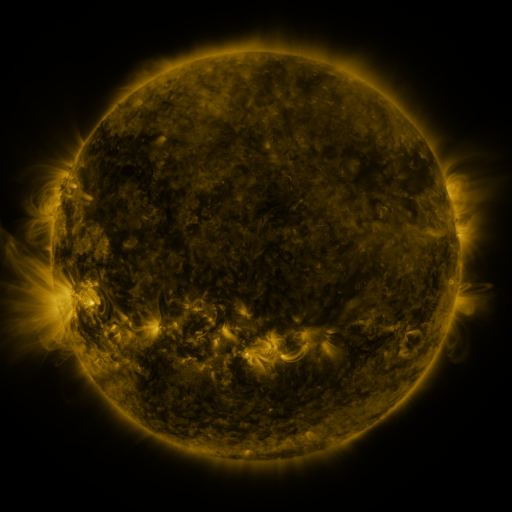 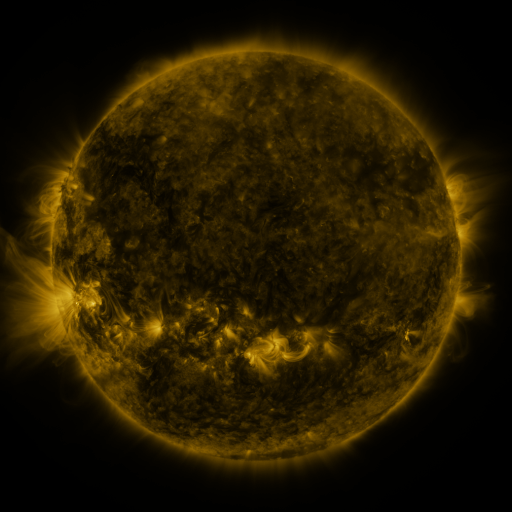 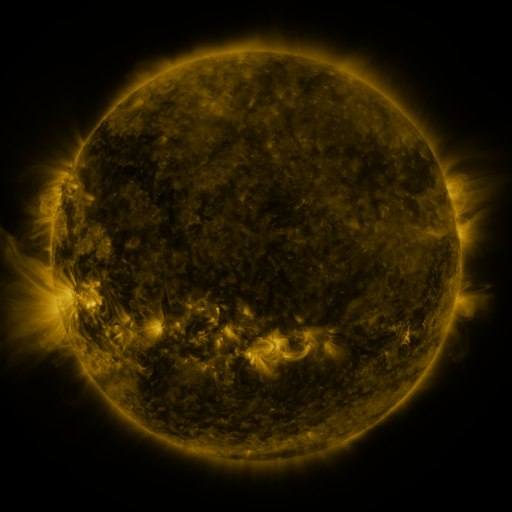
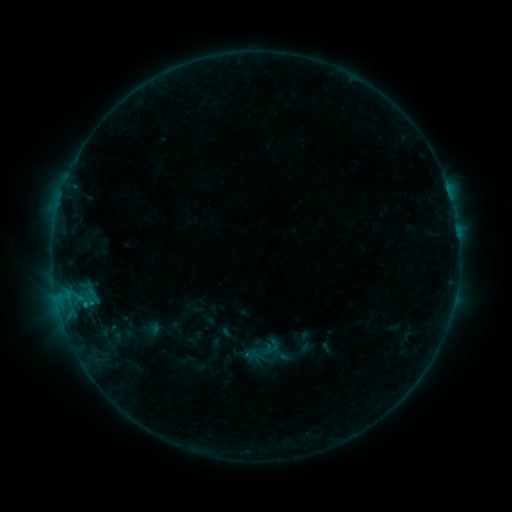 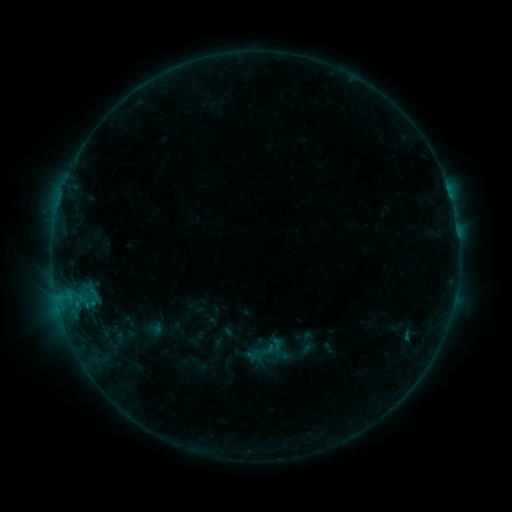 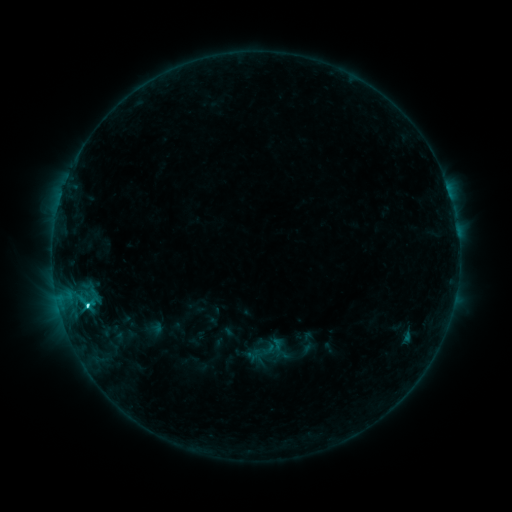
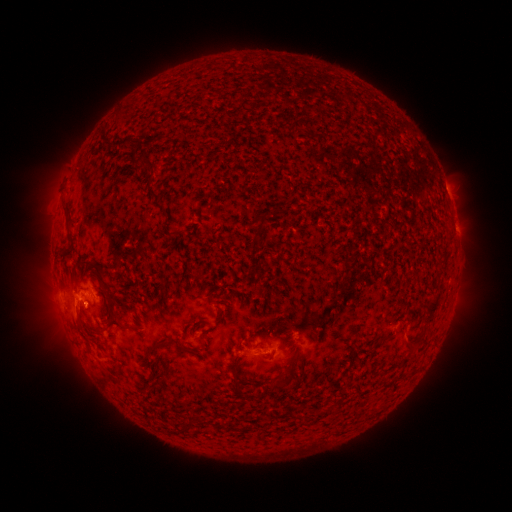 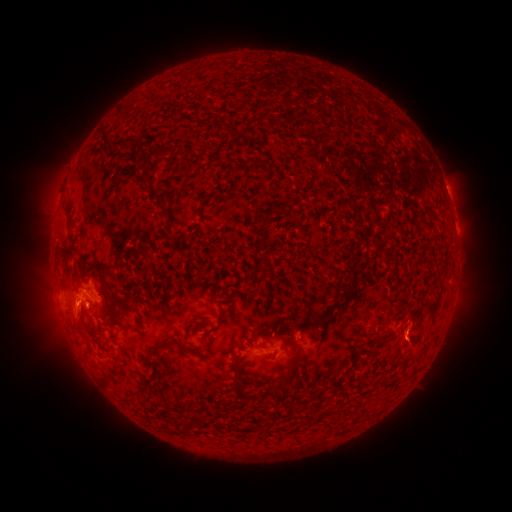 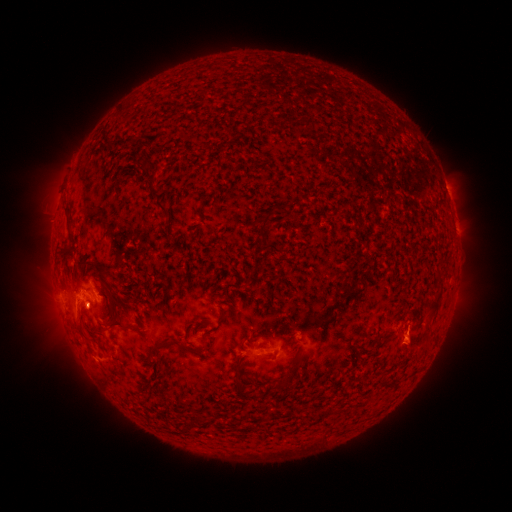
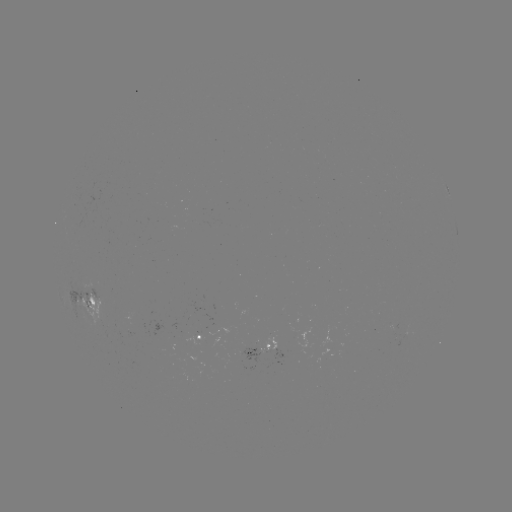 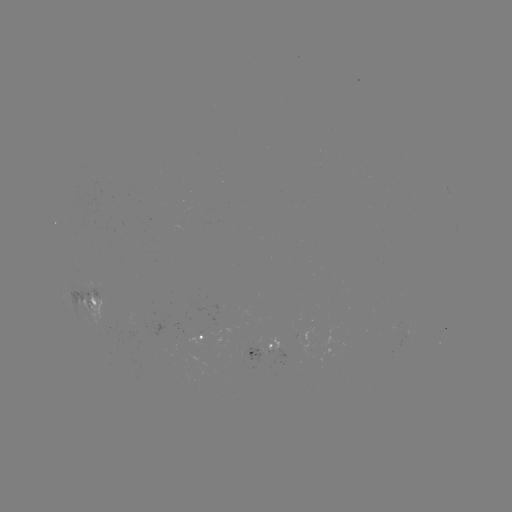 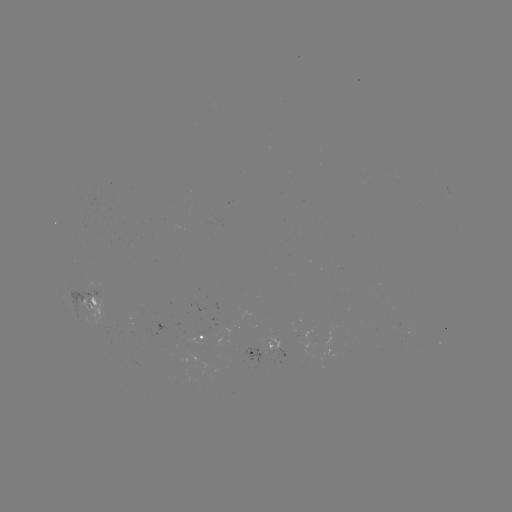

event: emerging-flux region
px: (269, 356)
